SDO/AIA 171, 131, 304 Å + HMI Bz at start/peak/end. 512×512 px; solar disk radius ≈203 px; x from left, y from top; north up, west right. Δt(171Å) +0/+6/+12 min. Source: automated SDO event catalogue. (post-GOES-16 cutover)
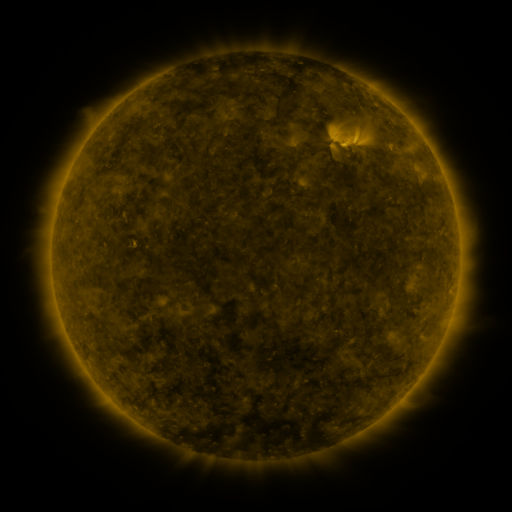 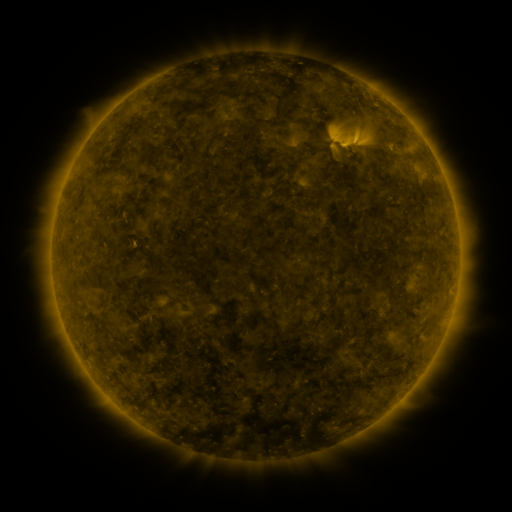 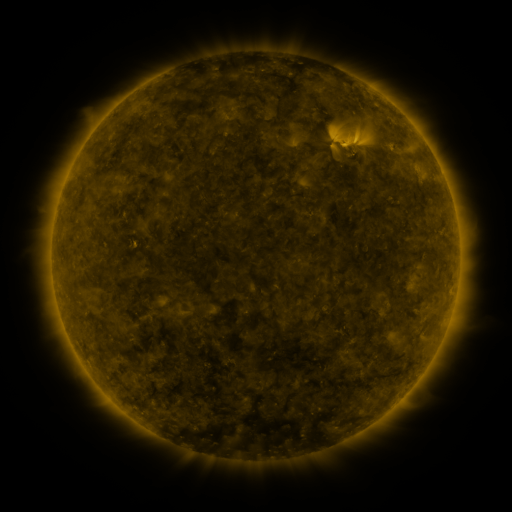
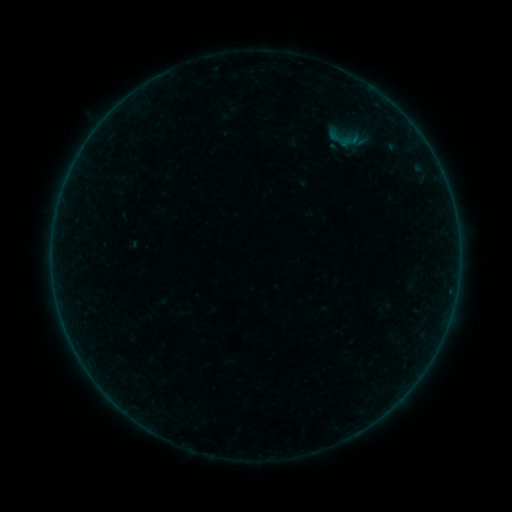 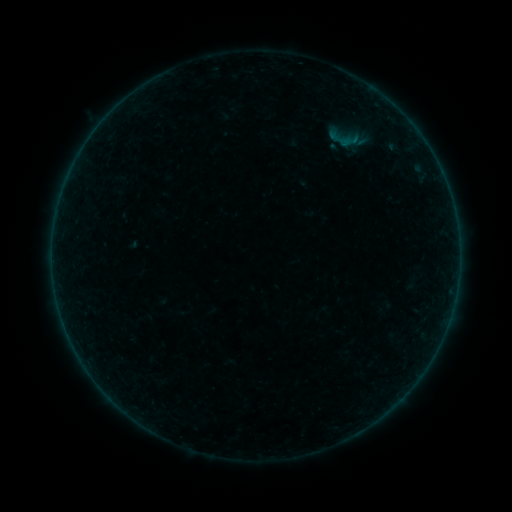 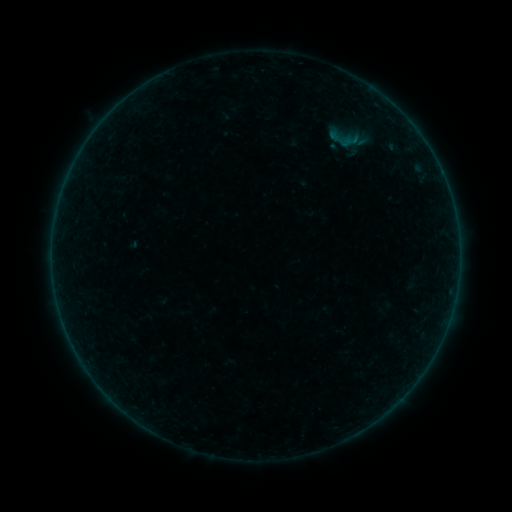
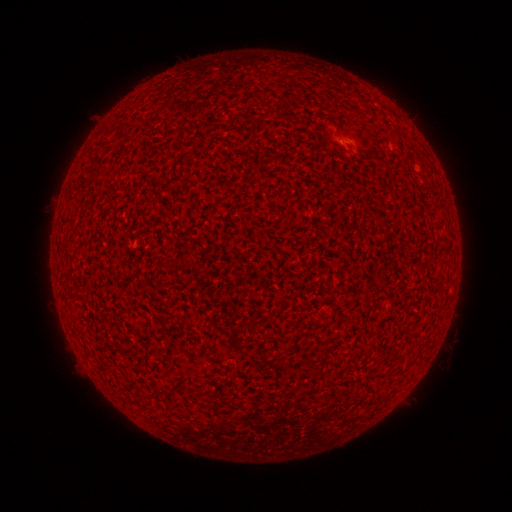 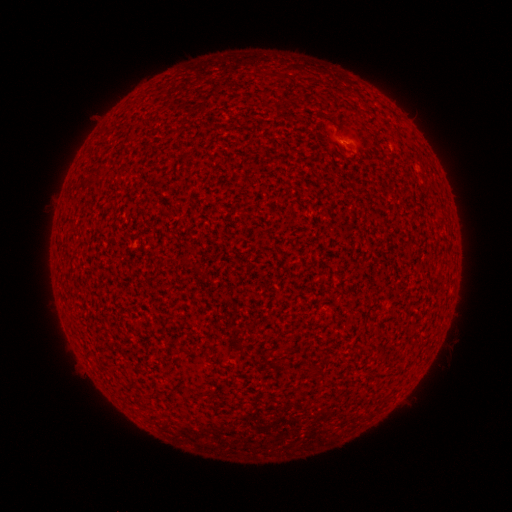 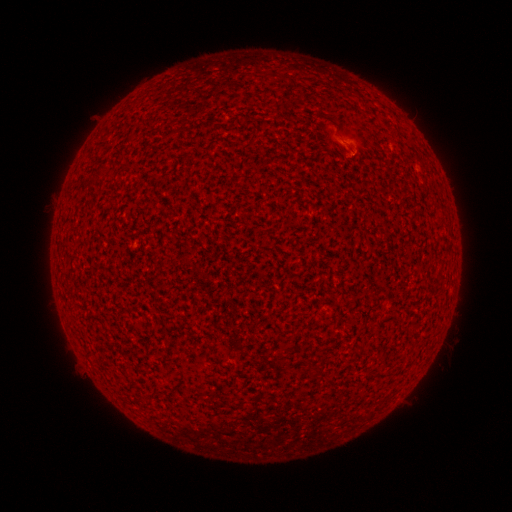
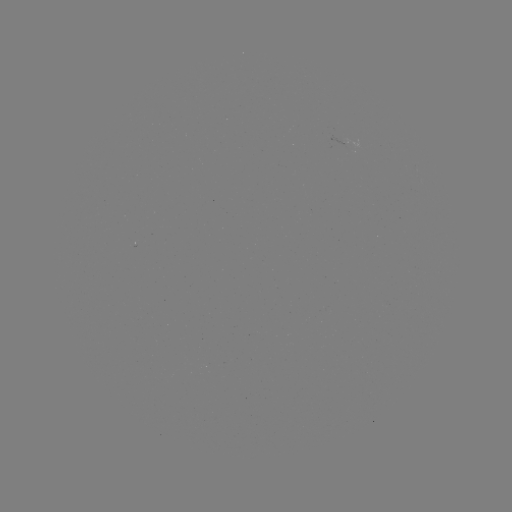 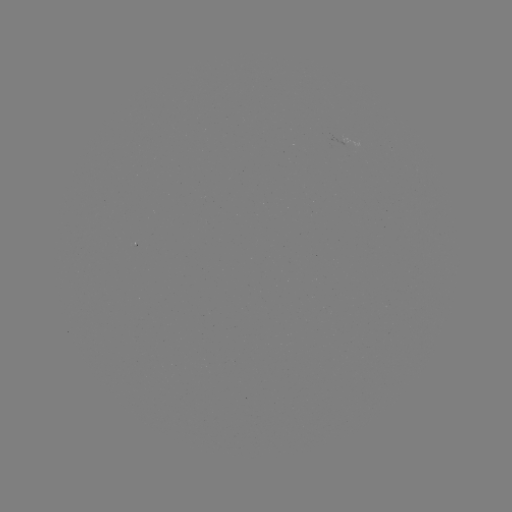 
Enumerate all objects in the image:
A2.1 flare: (343, 144)
